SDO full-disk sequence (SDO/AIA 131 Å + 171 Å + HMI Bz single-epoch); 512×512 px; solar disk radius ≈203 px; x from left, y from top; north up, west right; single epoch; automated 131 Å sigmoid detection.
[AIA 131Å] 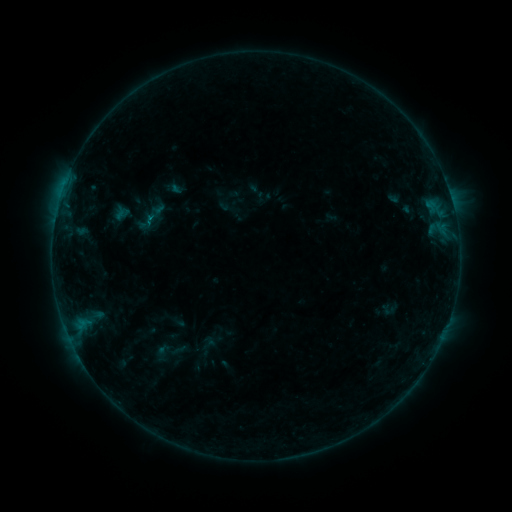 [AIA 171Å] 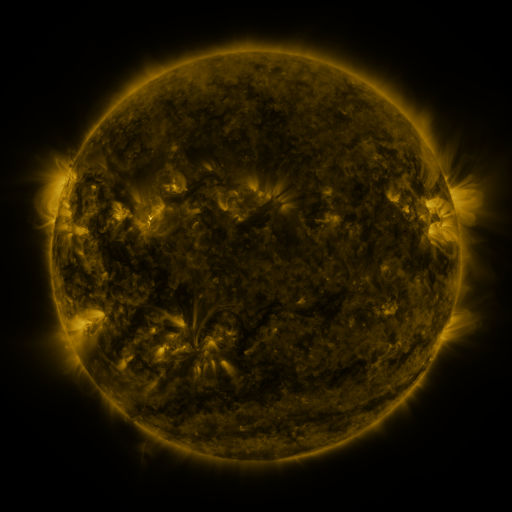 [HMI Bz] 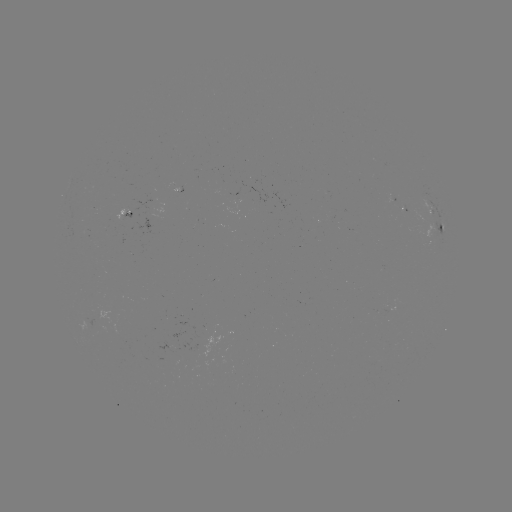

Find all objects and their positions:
sigmoid: [114, 200, 133, 220]
sigmoid: [147, 360, 186, 382]
